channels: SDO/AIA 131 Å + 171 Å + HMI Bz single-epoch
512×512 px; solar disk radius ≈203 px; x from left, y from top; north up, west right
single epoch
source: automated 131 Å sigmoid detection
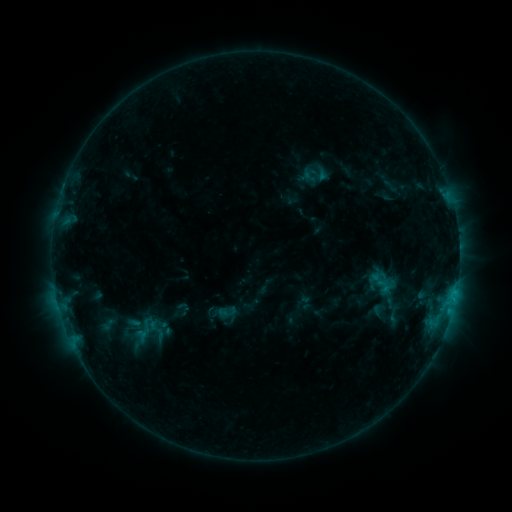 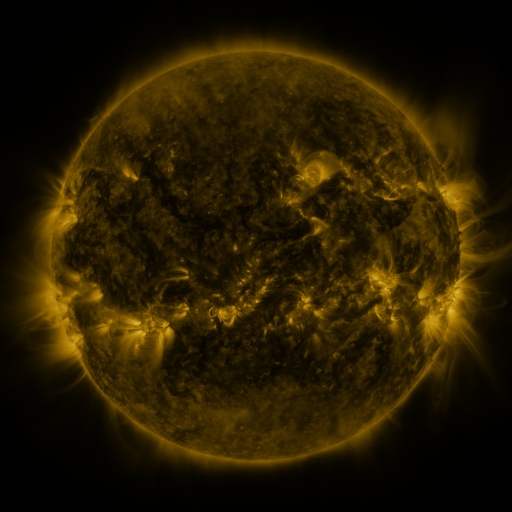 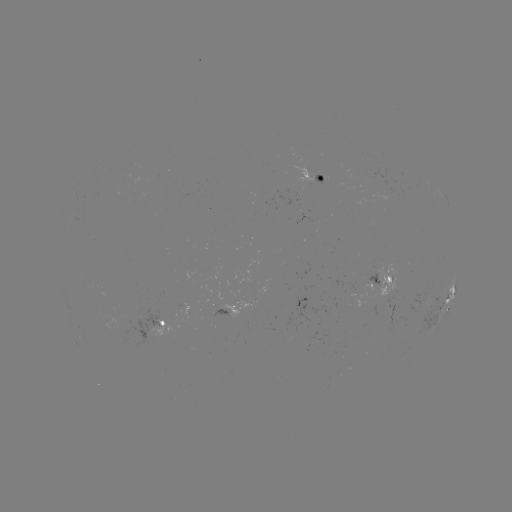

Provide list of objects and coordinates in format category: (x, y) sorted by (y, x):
sigmoid: (379, 280)
sigmoid: (228, 311)
